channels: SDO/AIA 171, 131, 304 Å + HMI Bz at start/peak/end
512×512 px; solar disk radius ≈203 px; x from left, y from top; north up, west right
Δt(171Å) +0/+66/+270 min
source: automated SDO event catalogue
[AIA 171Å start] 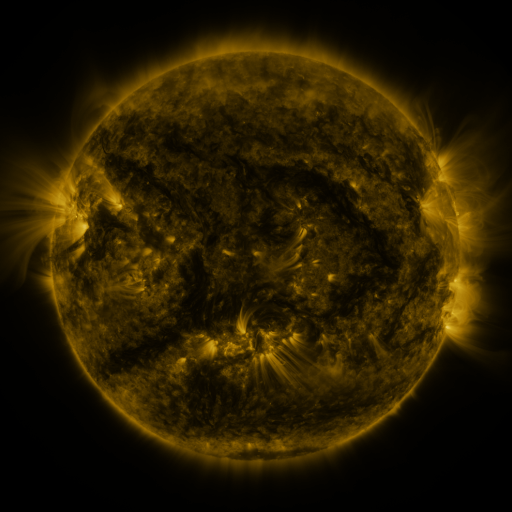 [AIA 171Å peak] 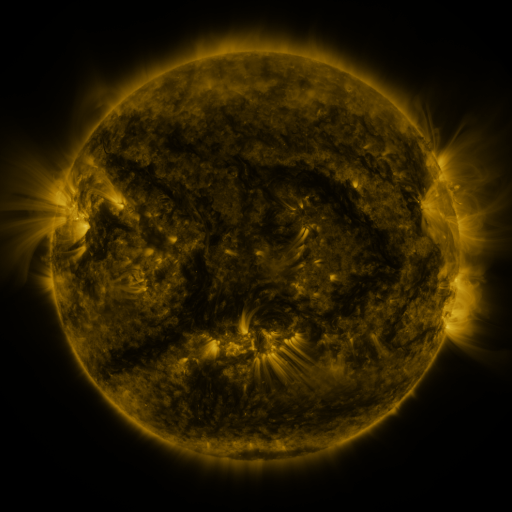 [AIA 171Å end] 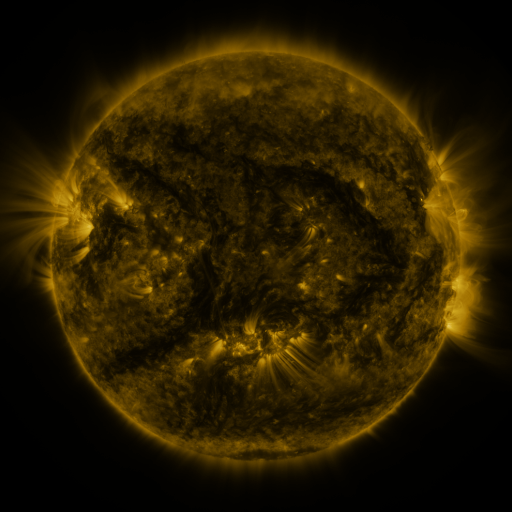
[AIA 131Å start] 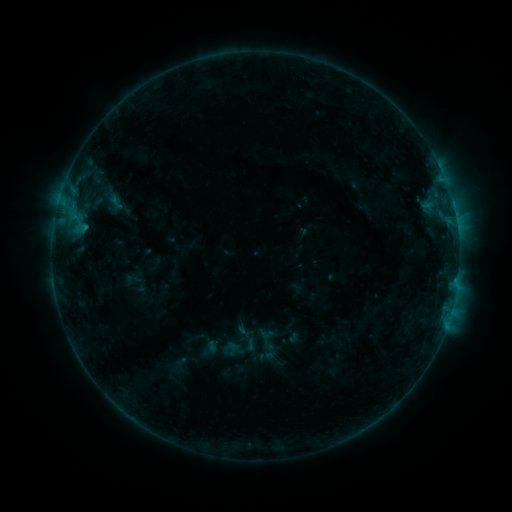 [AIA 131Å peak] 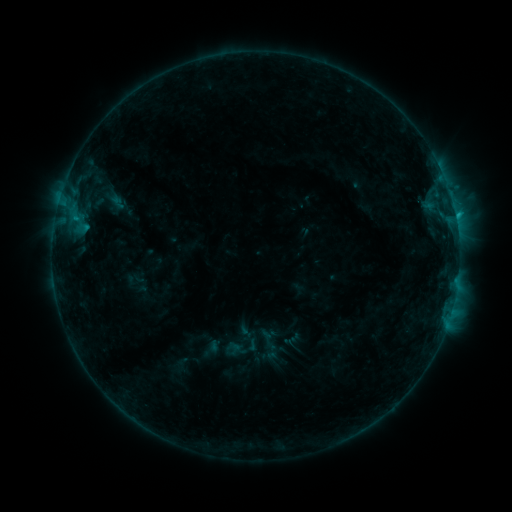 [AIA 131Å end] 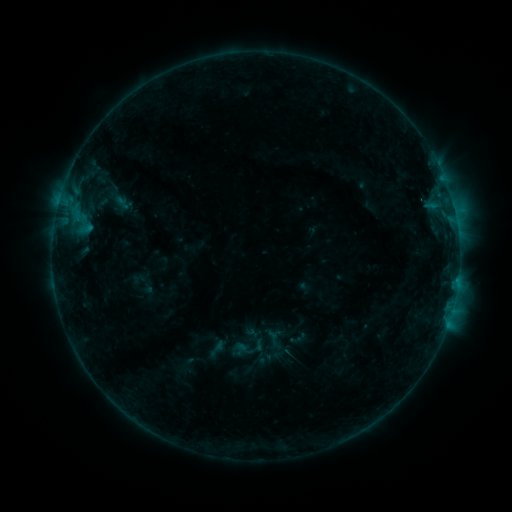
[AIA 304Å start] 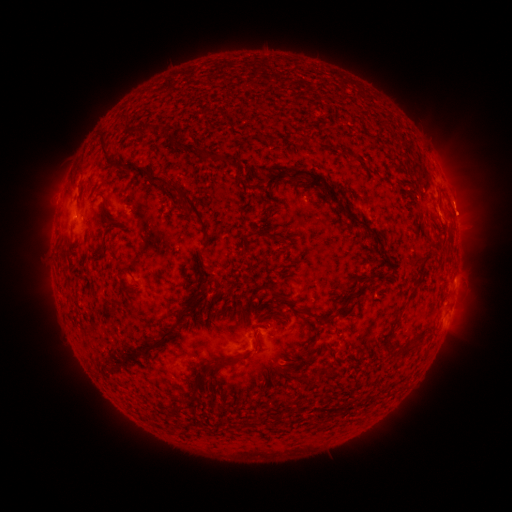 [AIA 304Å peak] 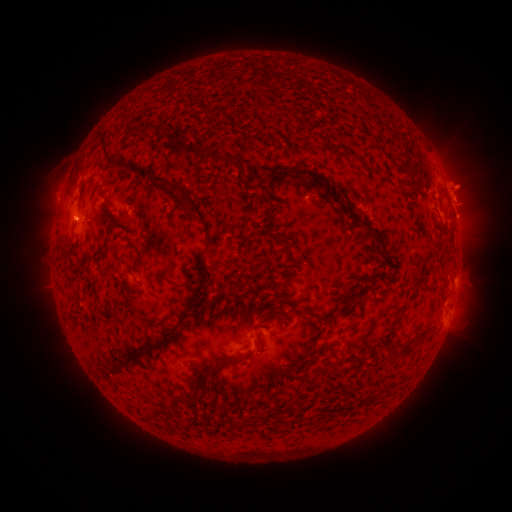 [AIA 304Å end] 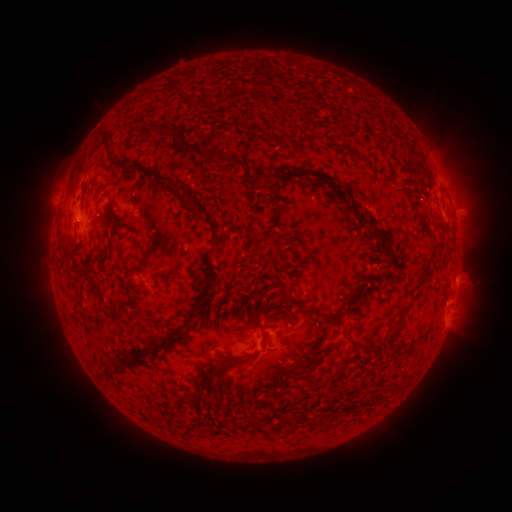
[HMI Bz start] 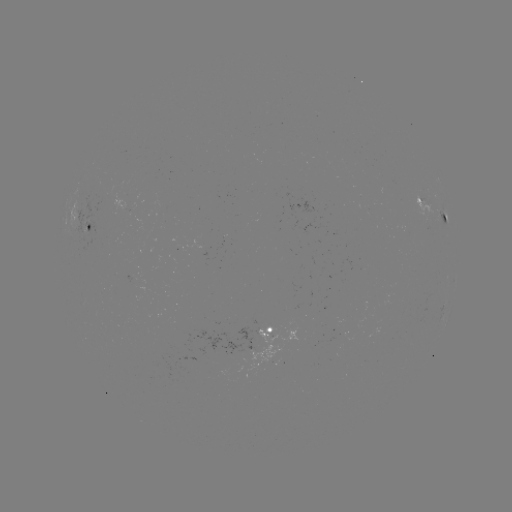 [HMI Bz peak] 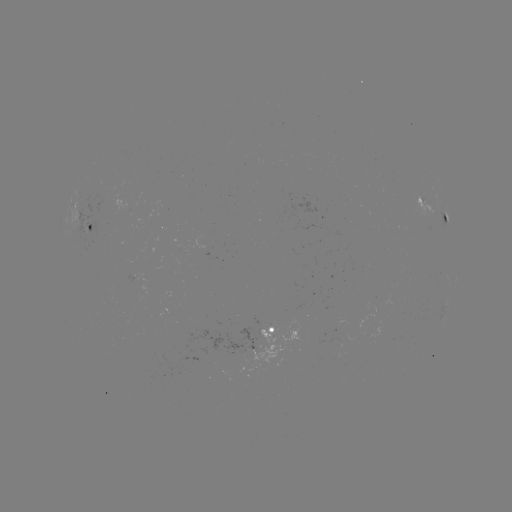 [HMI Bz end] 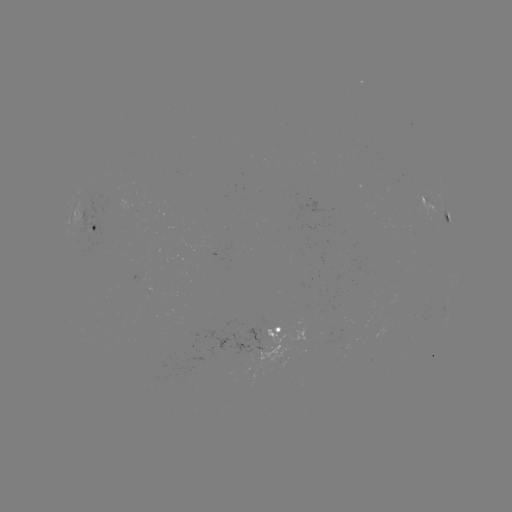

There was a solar flare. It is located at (285, 339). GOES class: B9.0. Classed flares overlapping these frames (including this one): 1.